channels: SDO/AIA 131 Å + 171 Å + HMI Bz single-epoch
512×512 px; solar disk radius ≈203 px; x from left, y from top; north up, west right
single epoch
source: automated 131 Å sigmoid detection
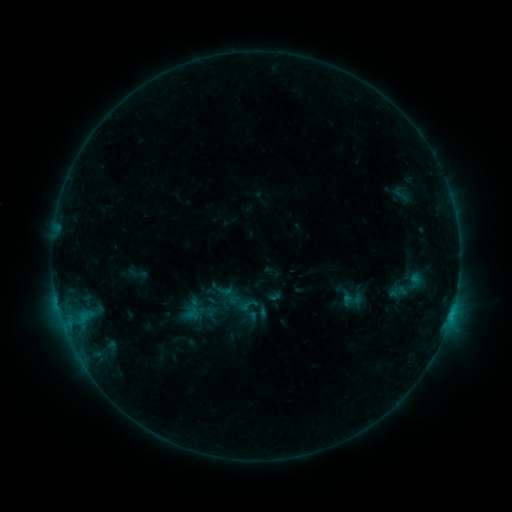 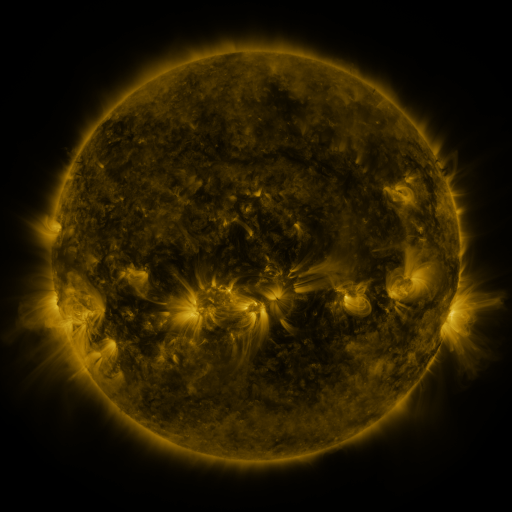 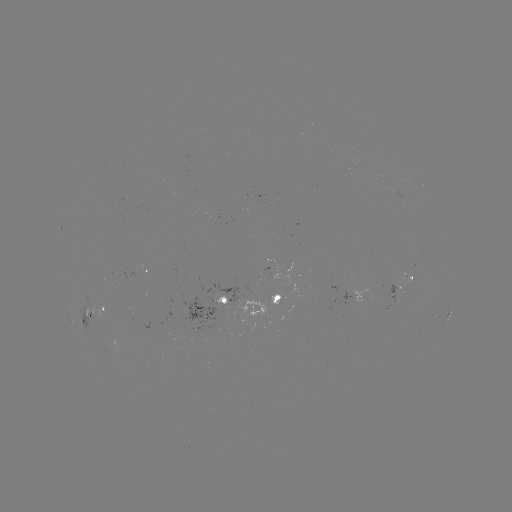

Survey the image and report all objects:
sigmoid: <bbox>385, 183, 415, 205</bbox>
sigmoid: <bbox>343, 289, 362, 308</bbox>
